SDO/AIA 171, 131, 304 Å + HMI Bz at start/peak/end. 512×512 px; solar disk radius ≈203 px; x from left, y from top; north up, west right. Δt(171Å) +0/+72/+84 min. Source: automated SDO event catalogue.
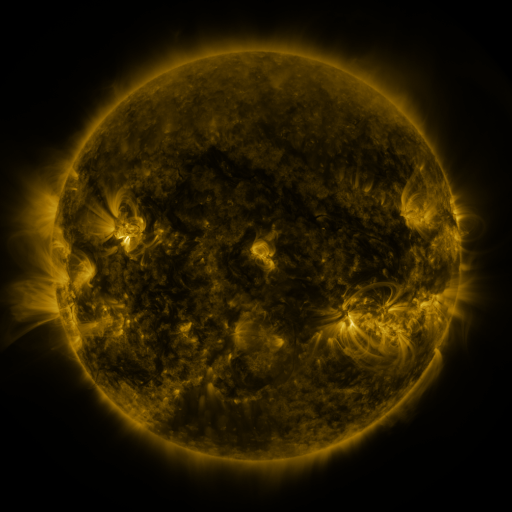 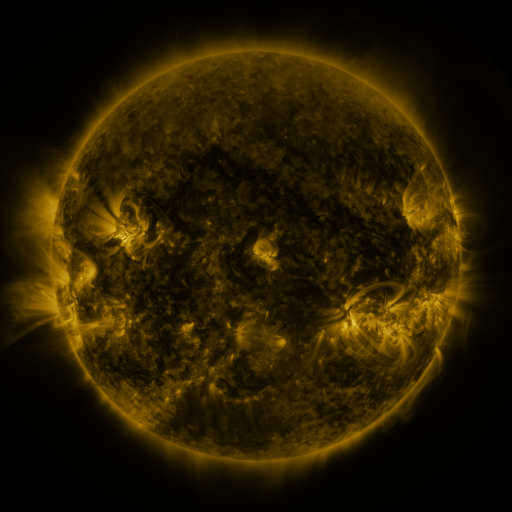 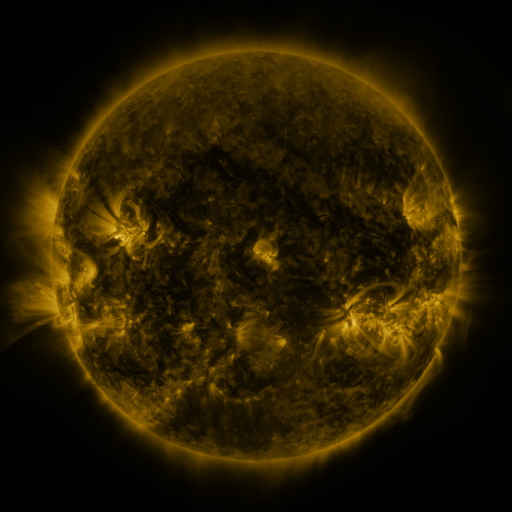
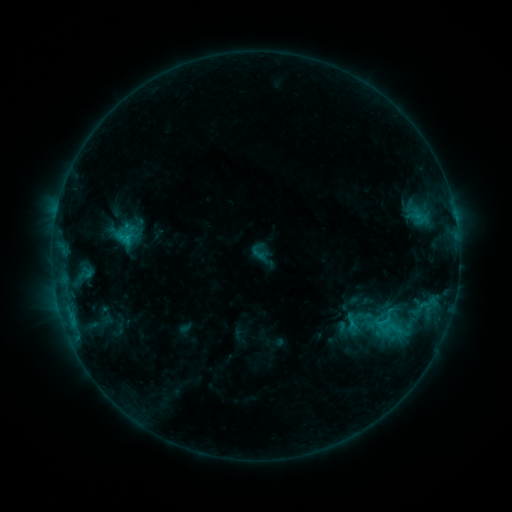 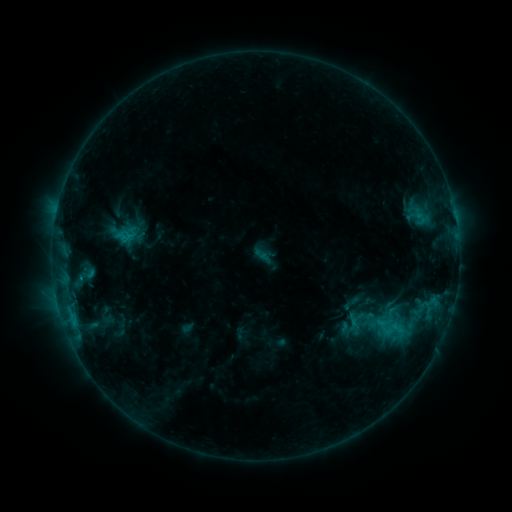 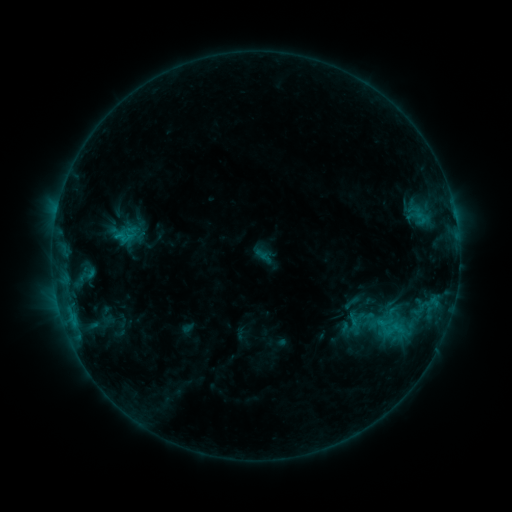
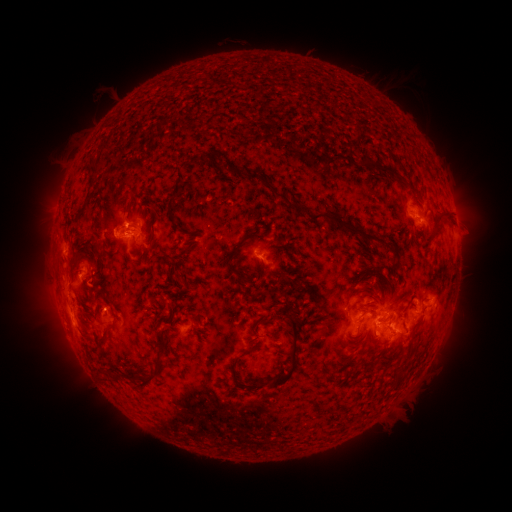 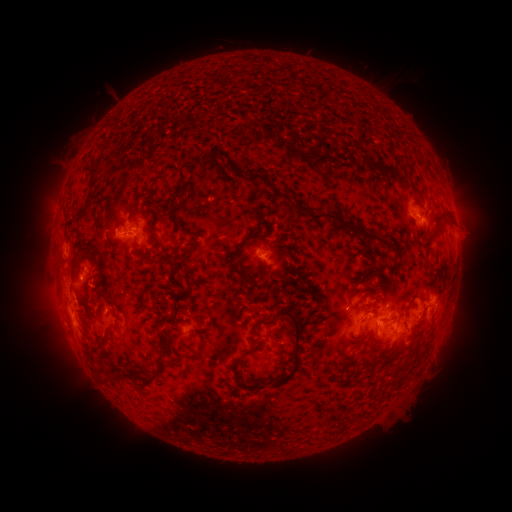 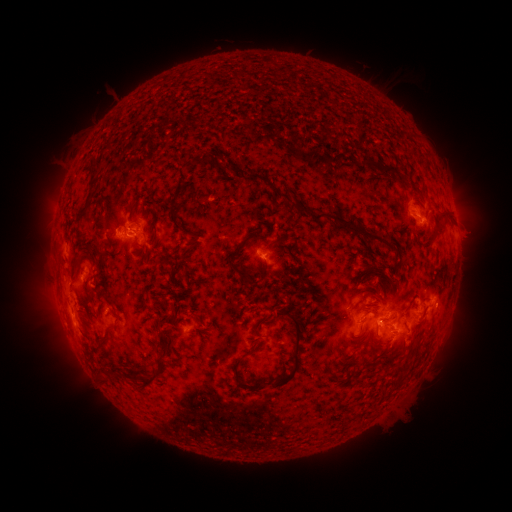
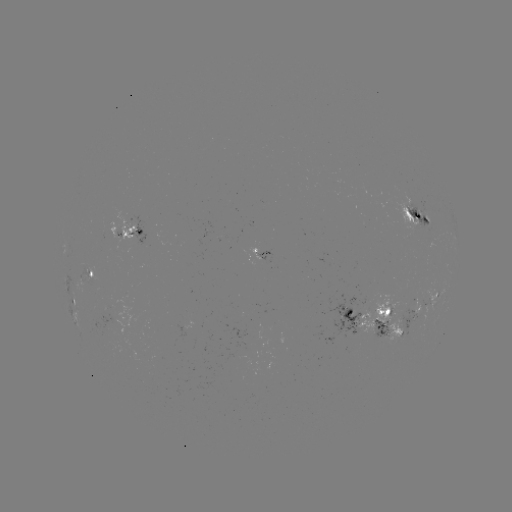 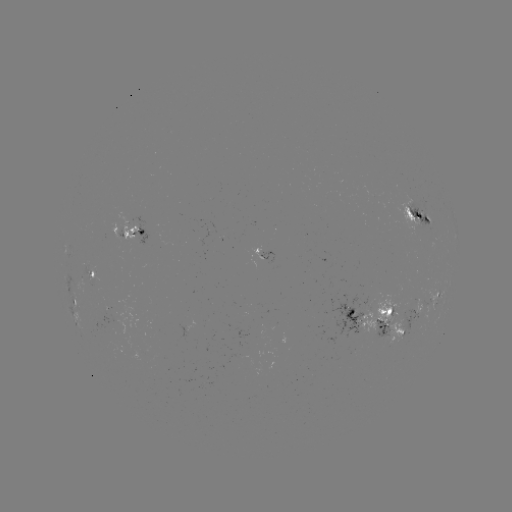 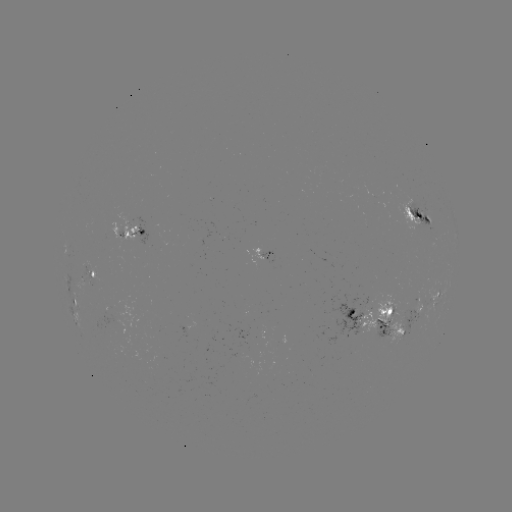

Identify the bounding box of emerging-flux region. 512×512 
[391, 195, 427, 230].